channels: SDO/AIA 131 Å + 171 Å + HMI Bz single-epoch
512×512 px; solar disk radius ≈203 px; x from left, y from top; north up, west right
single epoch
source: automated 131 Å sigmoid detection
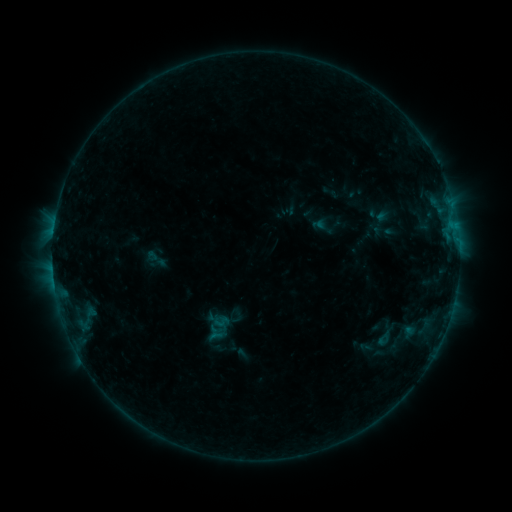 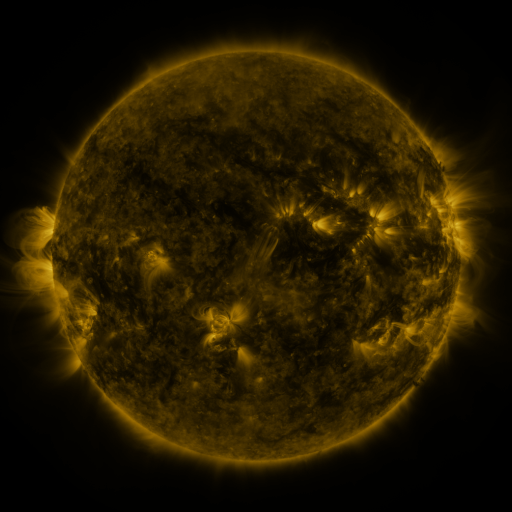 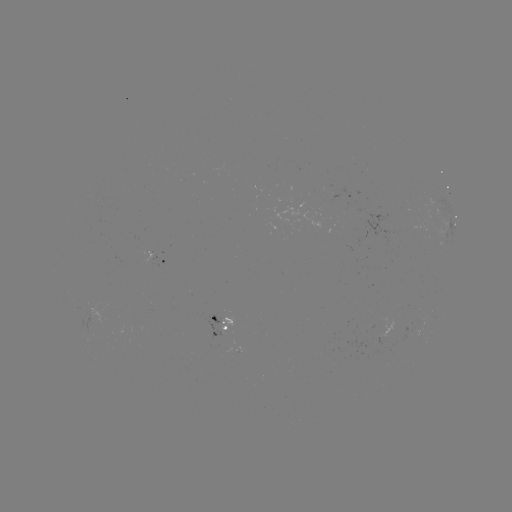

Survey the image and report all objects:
sigmoid: <bbox>144, 245, 168, 272</bbox>
sigmoid: <bbox>375, 330, 392, 347</bbox>
